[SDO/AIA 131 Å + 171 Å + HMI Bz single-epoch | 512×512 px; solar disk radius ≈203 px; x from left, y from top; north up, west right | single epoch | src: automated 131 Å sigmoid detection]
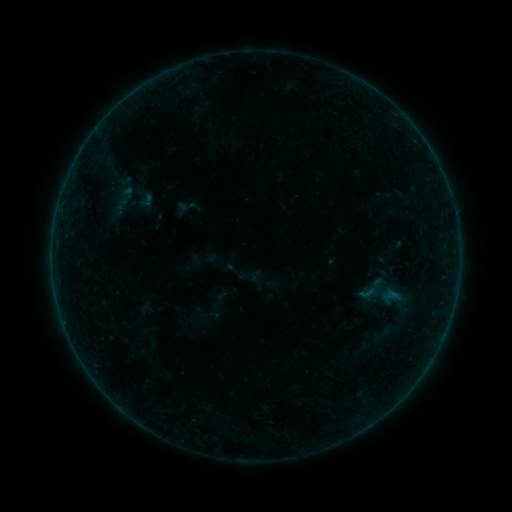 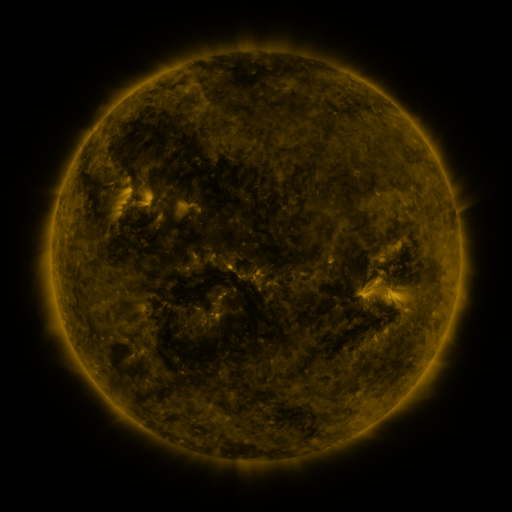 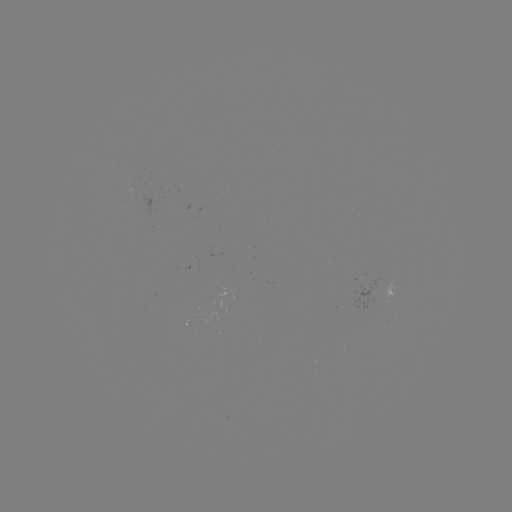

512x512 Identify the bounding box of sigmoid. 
[357, 283, 378, 303].